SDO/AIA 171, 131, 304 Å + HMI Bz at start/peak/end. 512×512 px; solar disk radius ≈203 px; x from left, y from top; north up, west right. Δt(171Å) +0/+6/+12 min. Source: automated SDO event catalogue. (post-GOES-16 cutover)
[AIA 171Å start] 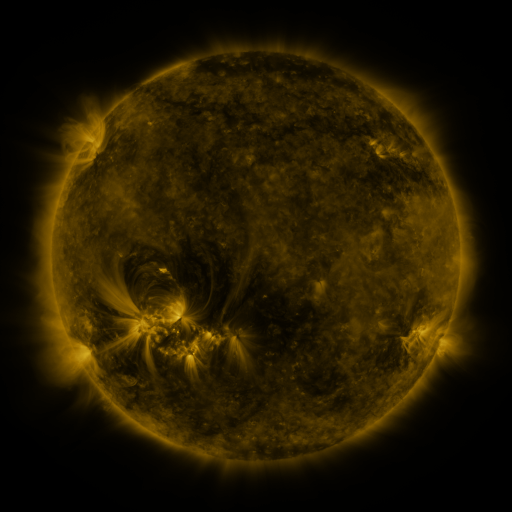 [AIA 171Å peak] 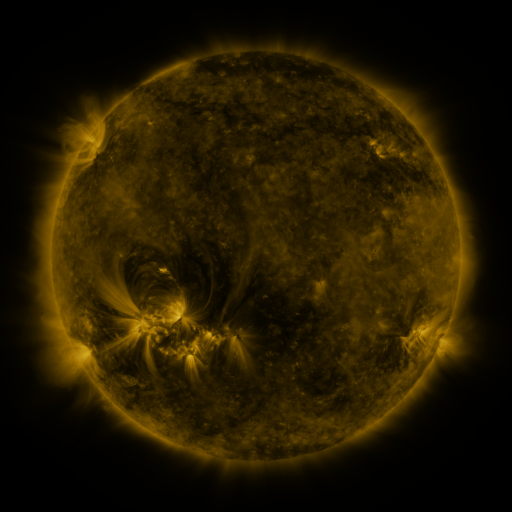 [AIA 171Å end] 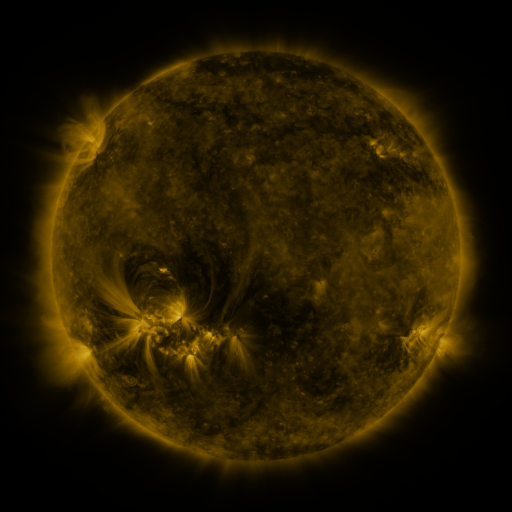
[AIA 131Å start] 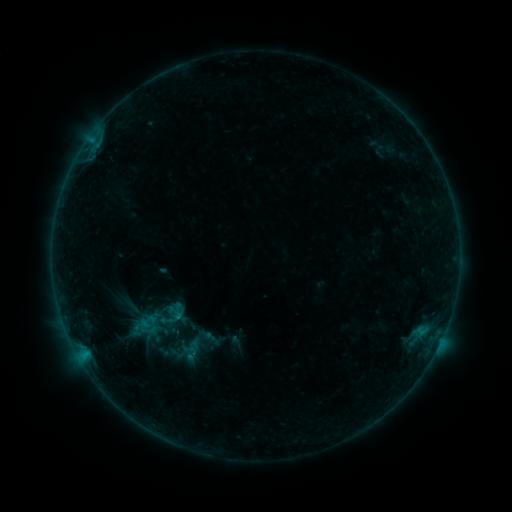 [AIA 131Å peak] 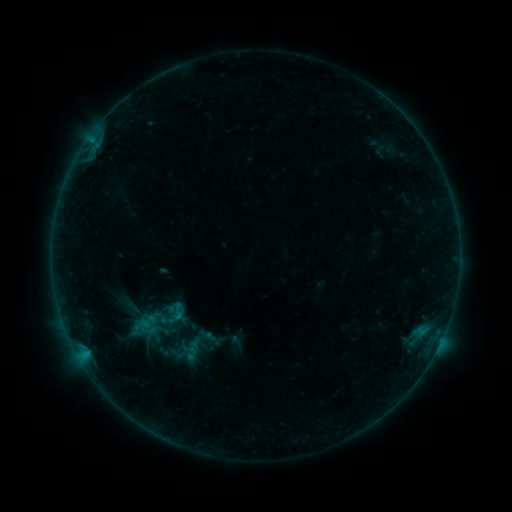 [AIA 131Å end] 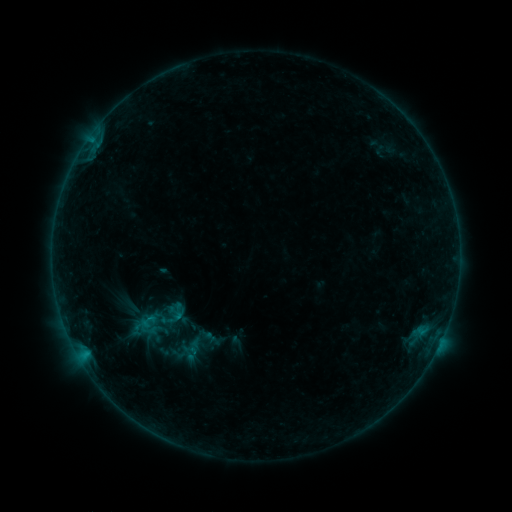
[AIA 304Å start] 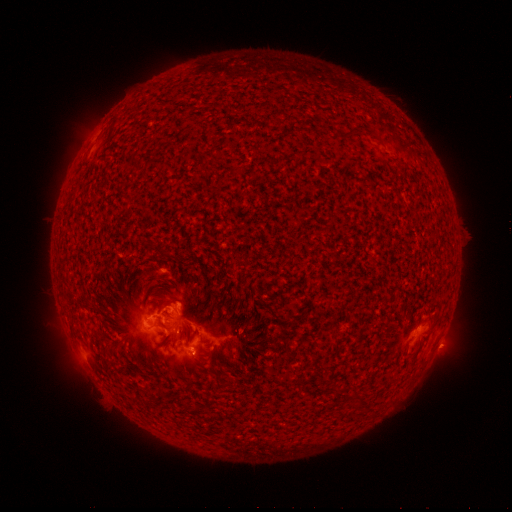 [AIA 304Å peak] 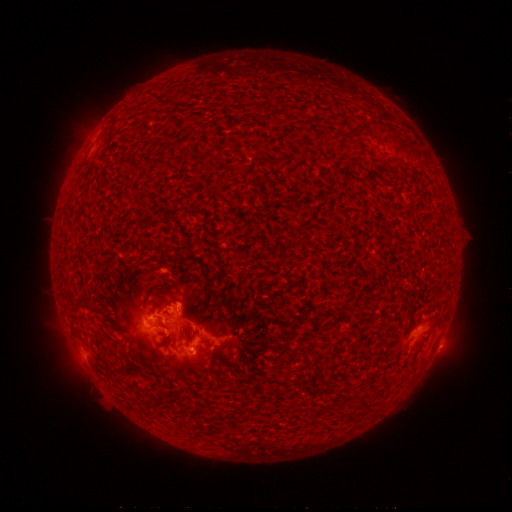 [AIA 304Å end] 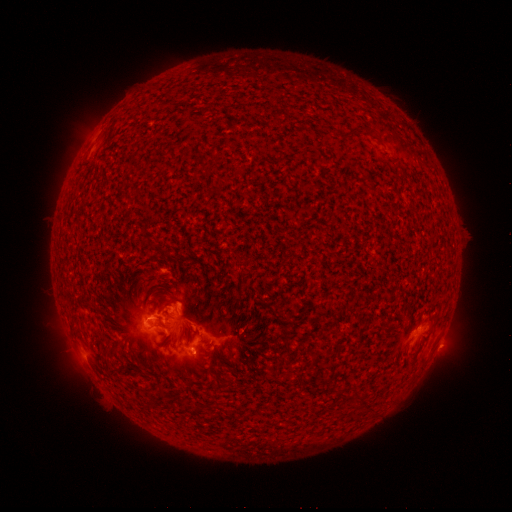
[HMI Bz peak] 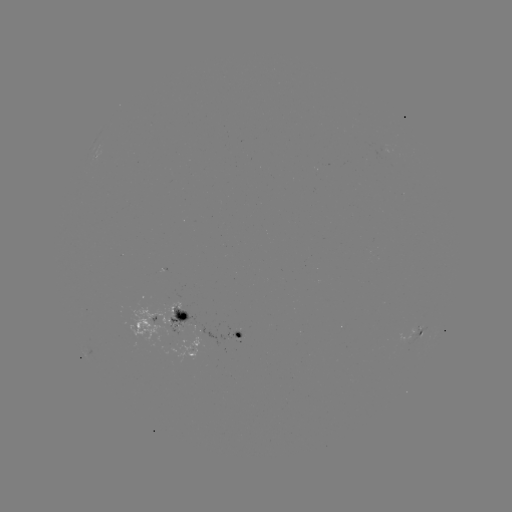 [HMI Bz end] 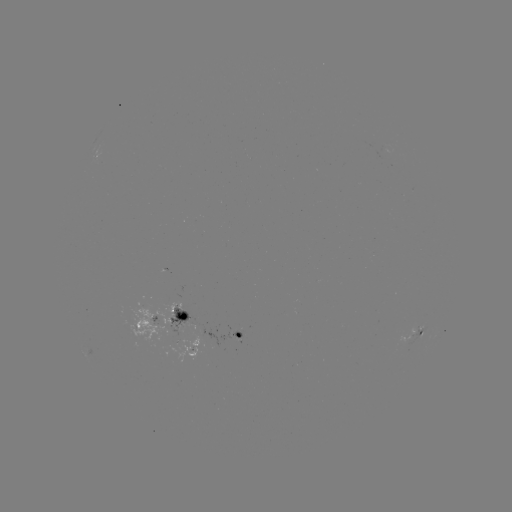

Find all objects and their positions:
B5.9 flare: (149, 319)
